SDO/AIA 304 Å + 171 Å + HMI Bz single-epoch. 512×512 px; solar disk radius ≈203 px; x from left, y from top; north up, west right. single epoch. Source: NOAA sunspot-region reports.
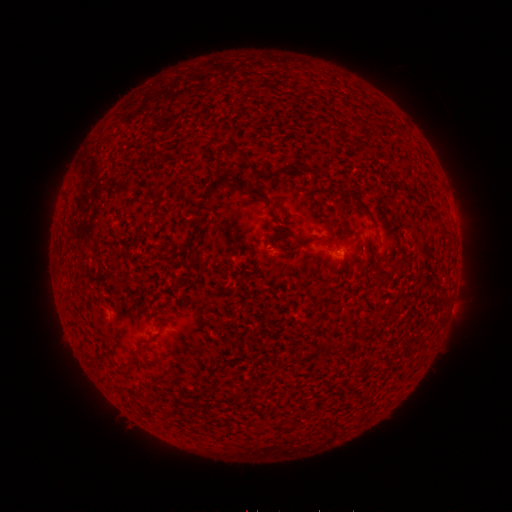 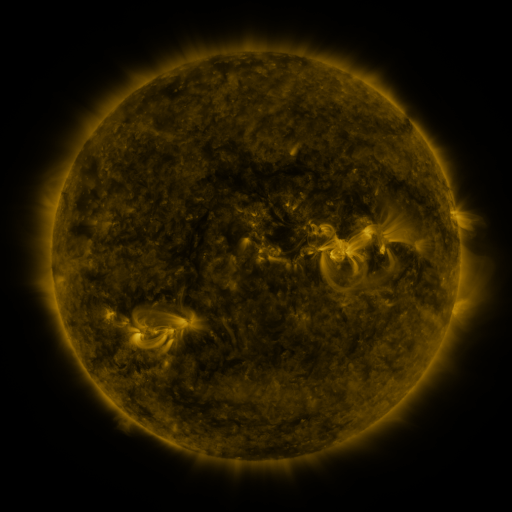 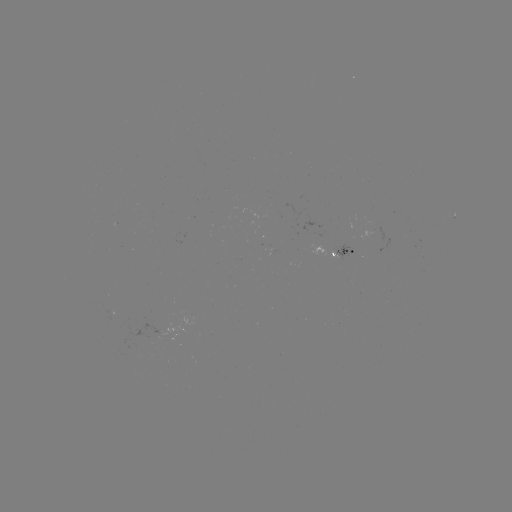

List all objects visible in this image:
spotted active region: (454, 214)
spotted active region: (347, 248)
